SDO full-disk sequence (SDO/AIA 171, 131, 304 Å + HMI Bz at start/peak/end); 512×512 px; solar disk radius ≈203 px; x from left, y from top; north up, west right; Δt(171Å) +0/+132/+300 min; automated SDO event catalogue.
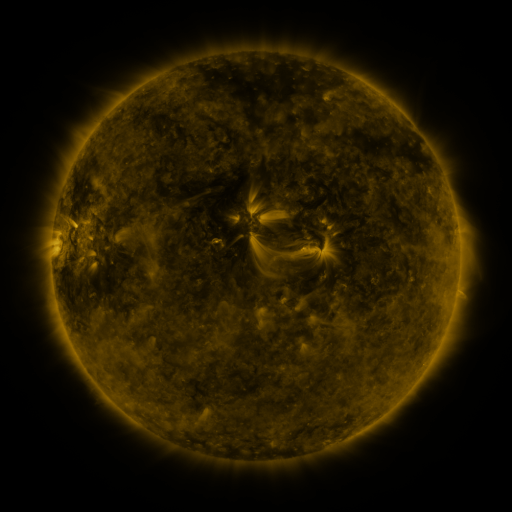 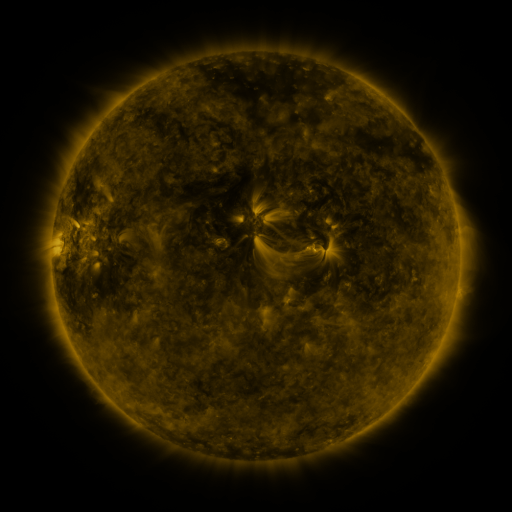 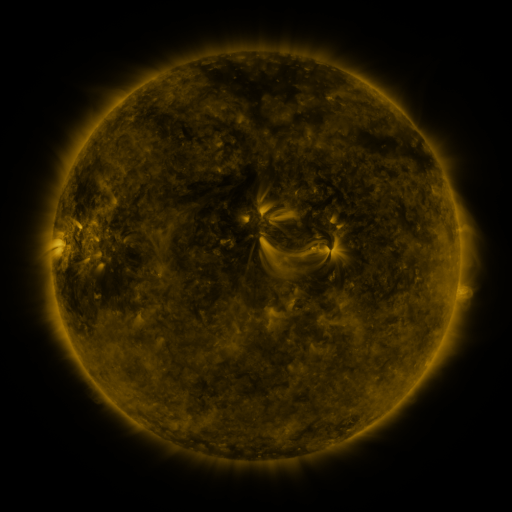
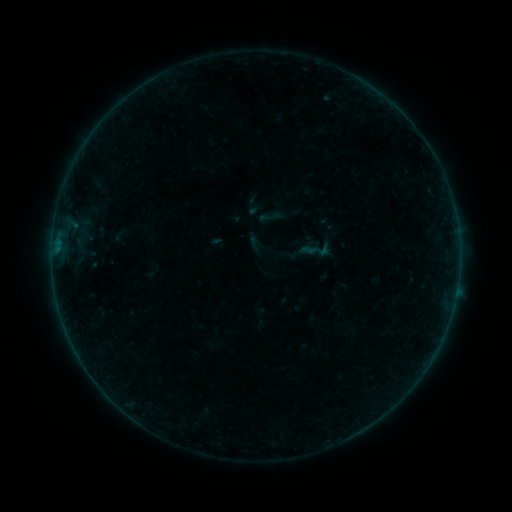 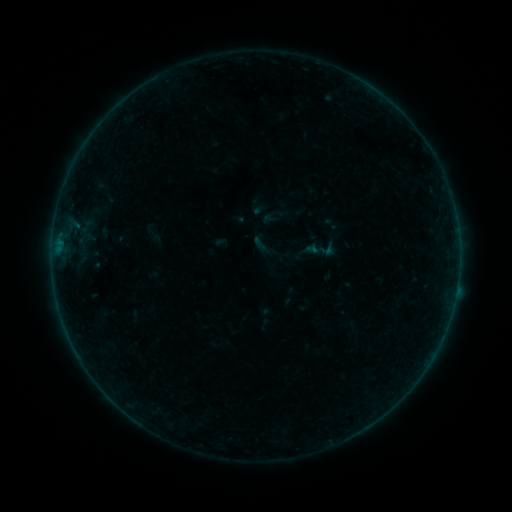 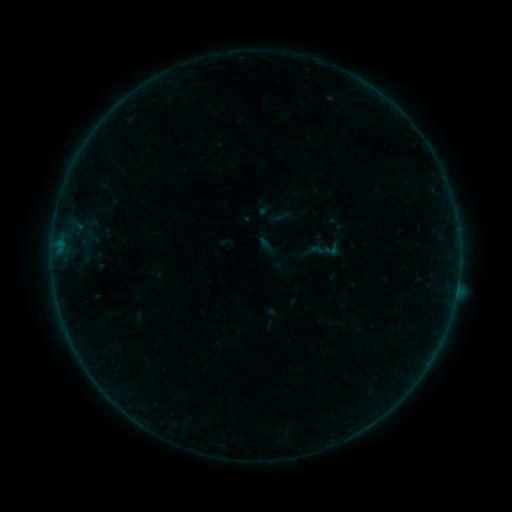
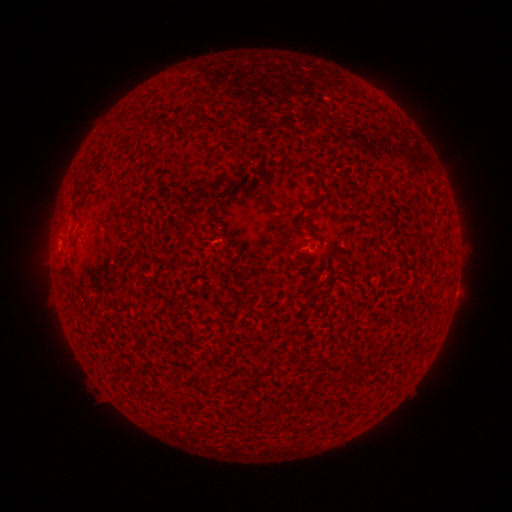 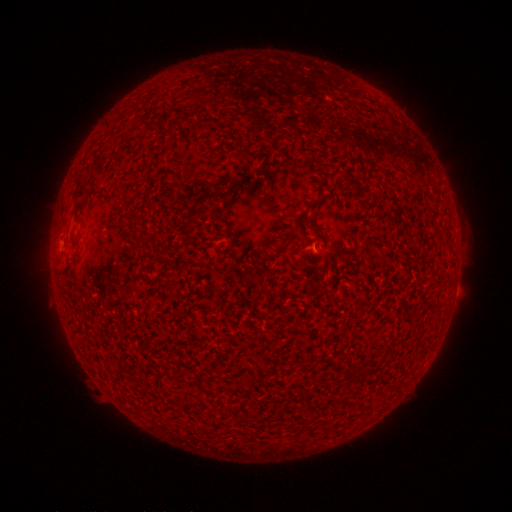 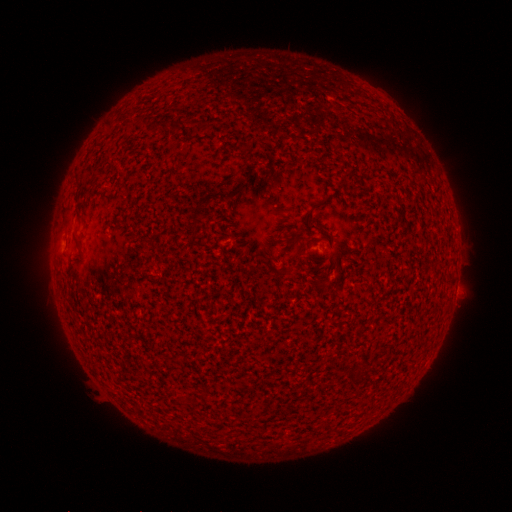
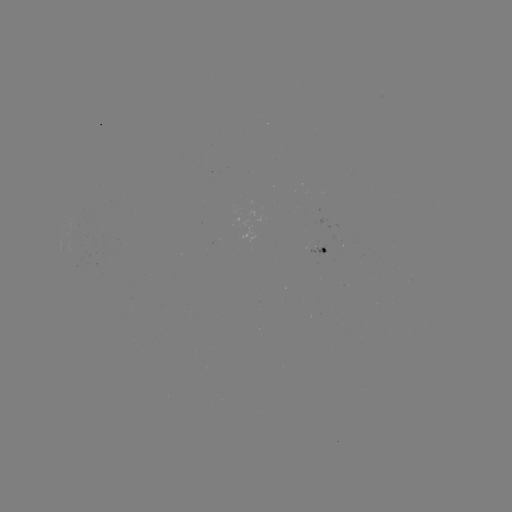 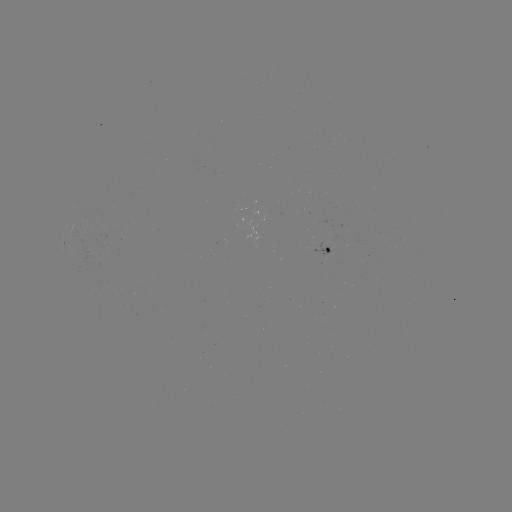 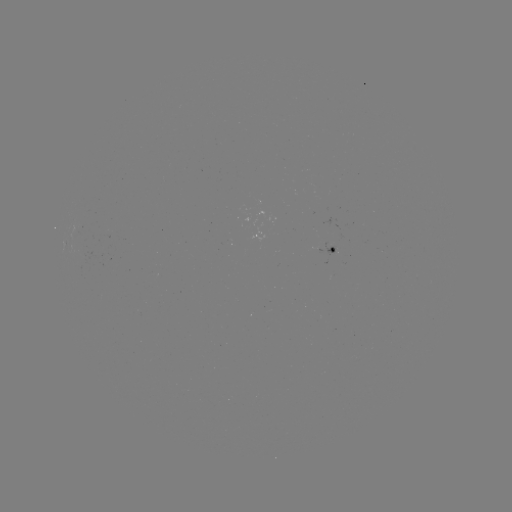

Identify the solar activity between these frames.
A7.5 flare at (311, 252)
